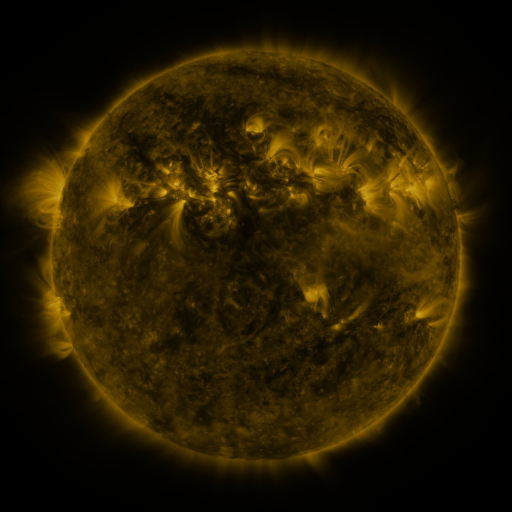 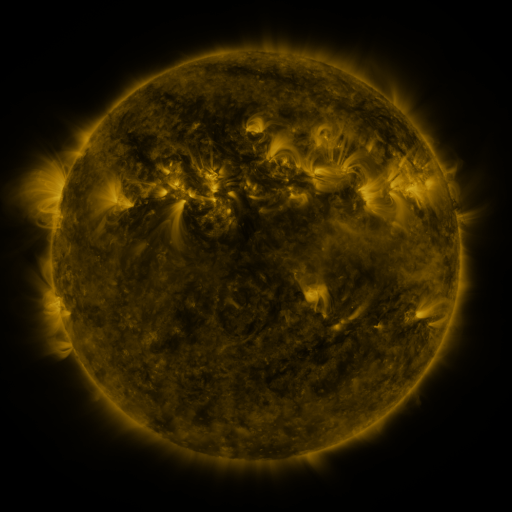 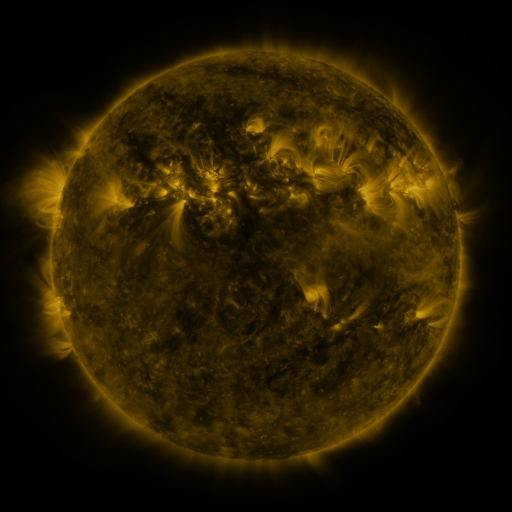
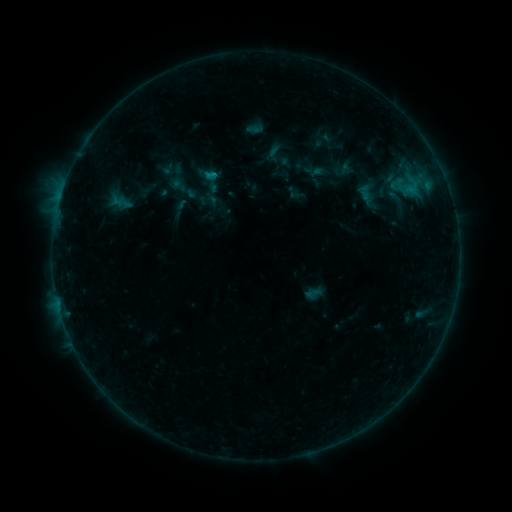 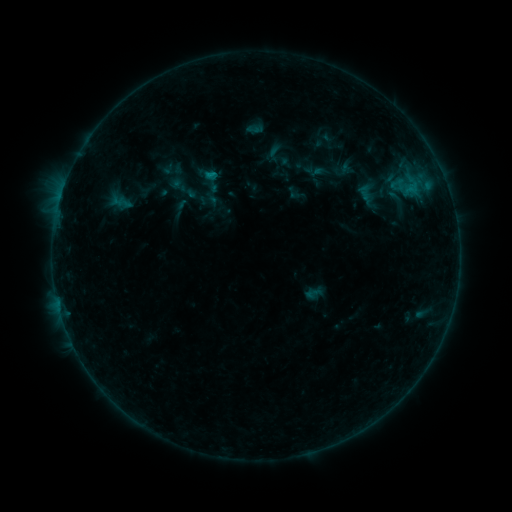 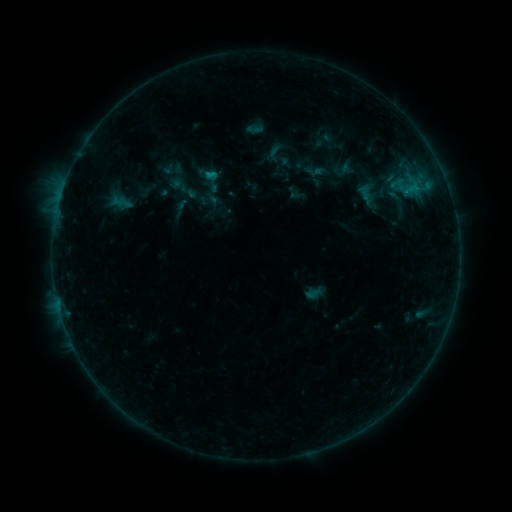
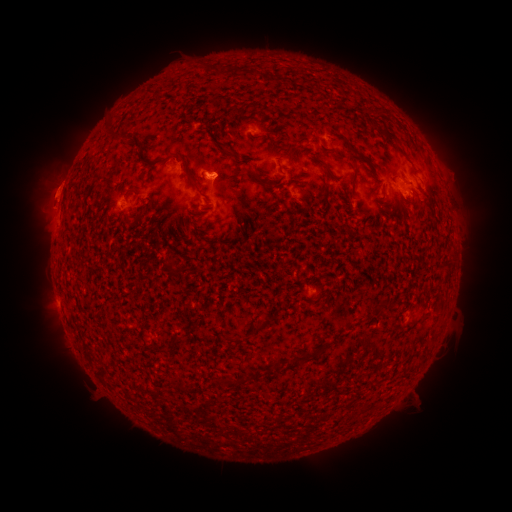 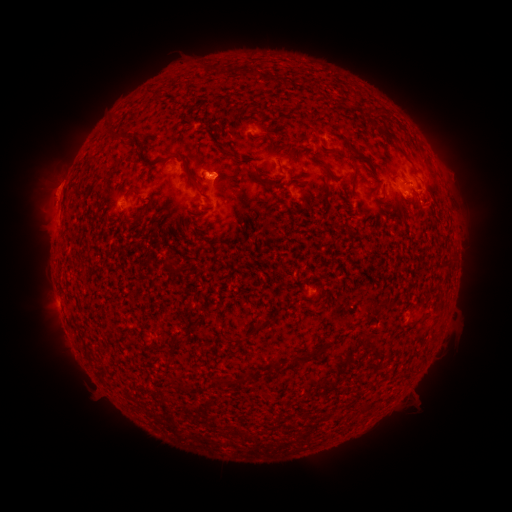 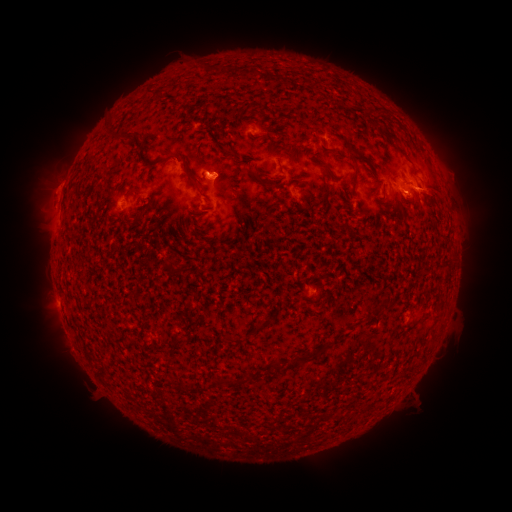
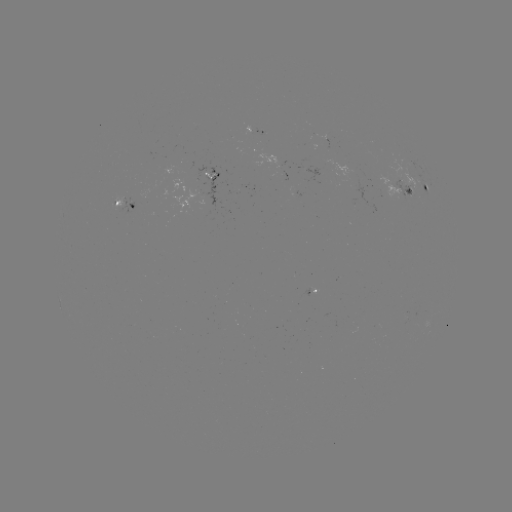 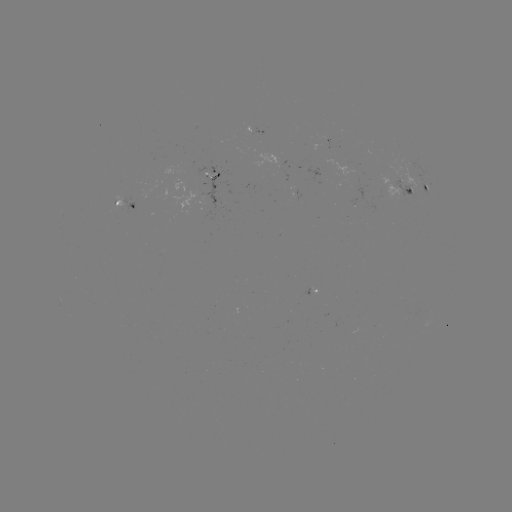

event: eruption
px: (438, 202)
